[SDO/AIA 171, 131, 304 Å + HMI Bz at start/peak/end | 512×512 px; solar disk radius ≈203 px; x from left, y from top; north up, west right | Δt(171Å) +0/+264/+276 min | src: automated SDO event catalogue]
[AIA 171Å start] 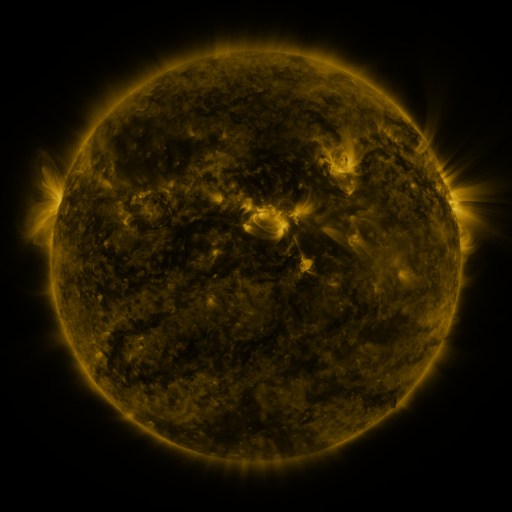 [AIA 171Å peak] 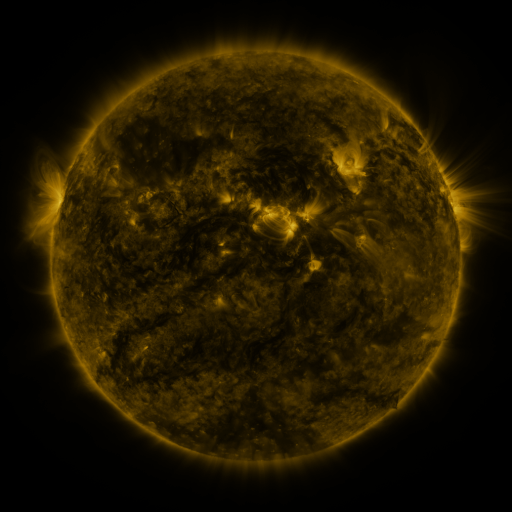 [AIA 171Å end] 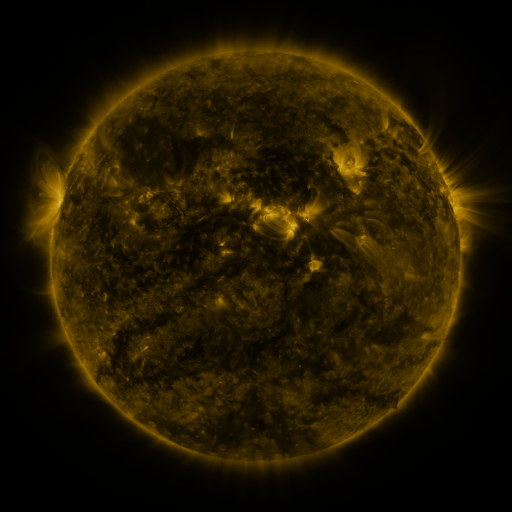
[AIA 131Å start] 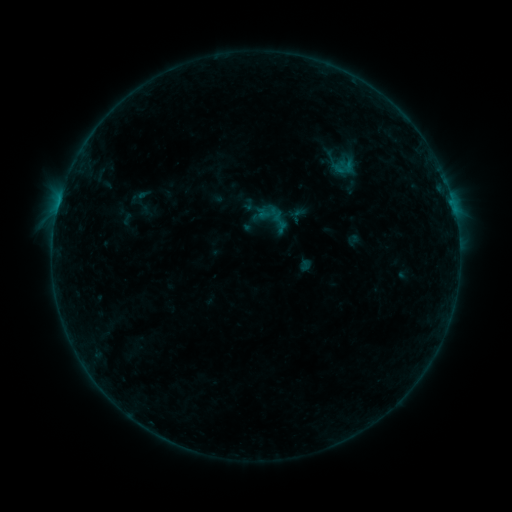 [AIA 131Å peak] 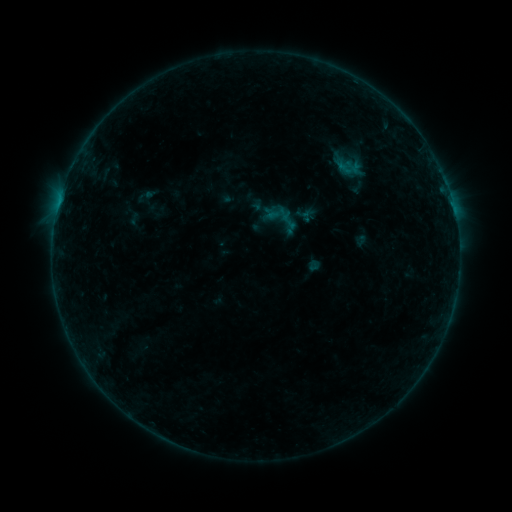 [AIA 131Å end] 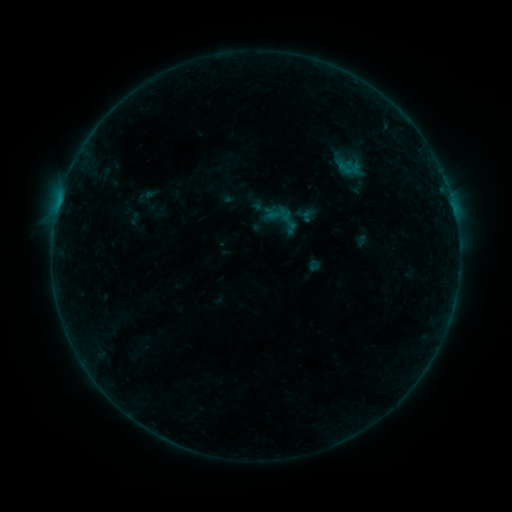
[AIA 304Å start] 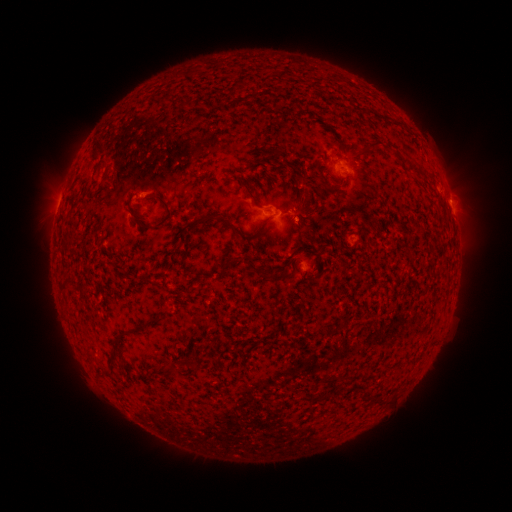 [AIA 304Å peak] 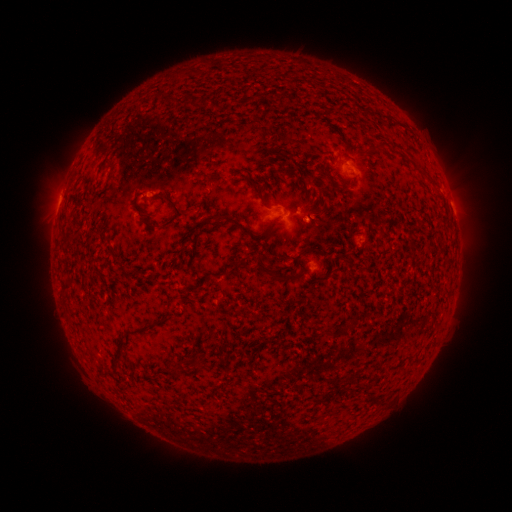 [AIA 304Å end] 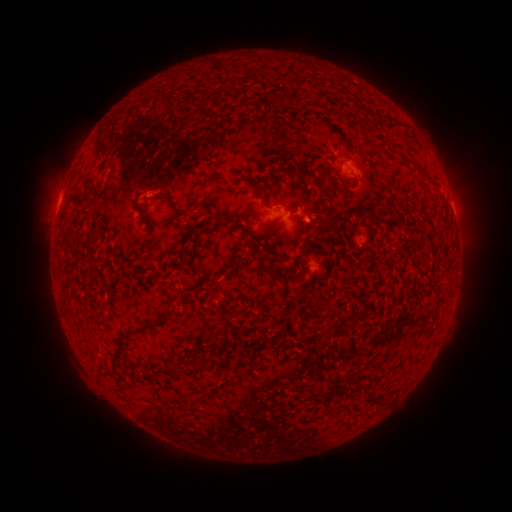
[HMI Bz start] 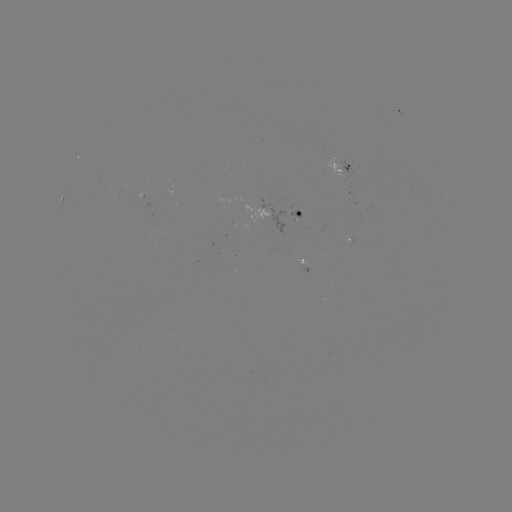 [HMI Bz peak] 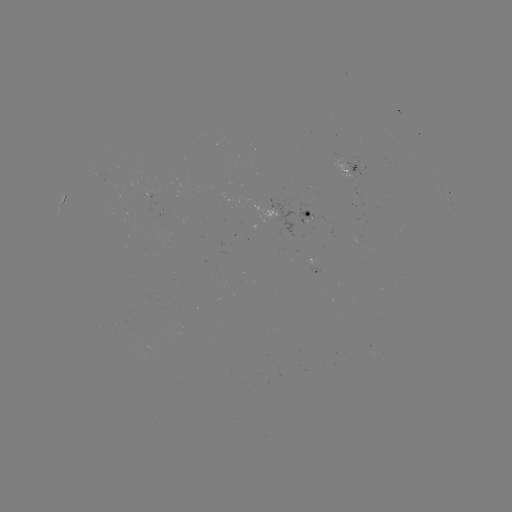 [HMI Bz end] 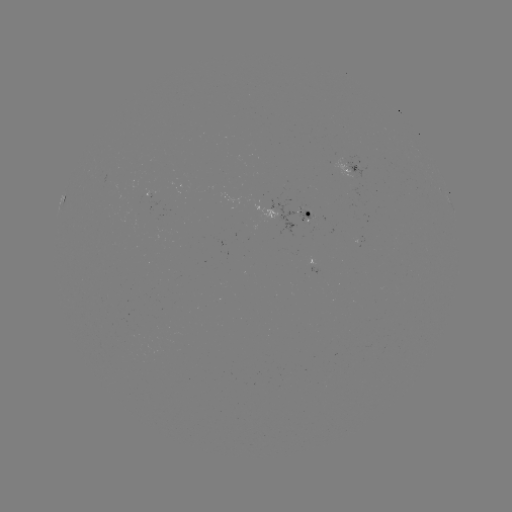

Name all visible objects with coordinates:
emerging-flux region: (303, 211)
